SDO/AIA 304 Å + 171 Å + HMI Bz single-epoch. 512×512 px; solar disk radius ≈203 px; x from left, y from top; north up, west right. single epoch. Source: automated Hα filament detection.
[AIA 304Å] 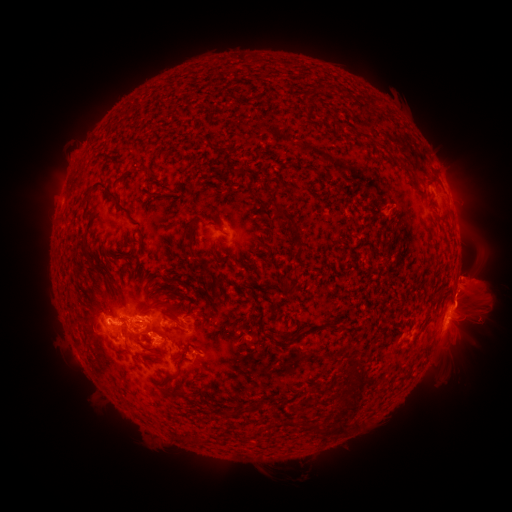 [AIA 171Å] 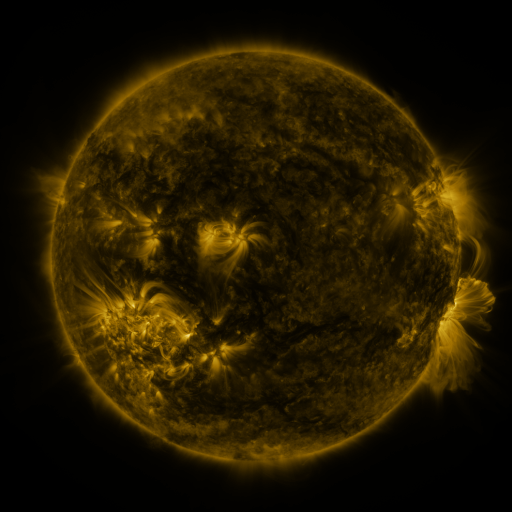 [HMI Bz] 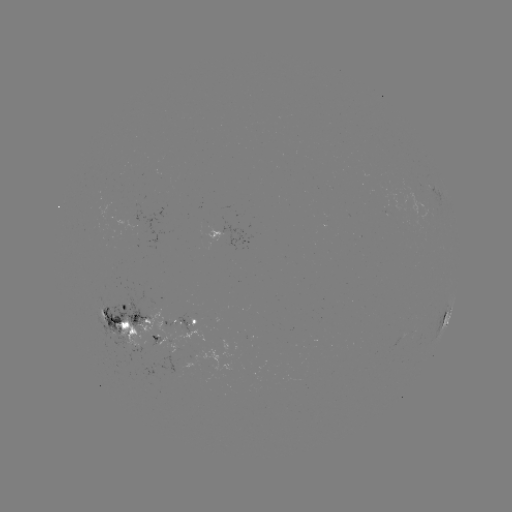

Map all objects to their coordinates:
filament: (145, 167)
filament: (432, 183)
filament: (287, 189)
filament: (109, 192)
filament: (286, 216)
filament: (215, 226)
filament: (191, 231)
filament: (105, 302)
filament: (173, 308)
filament: (145, 310)
filament: (356, 373)
filament: (349, 383)
filament: (174, 392)
filament: (318, 432)
